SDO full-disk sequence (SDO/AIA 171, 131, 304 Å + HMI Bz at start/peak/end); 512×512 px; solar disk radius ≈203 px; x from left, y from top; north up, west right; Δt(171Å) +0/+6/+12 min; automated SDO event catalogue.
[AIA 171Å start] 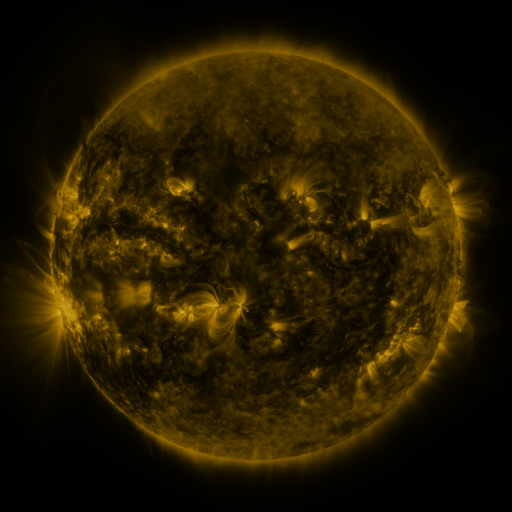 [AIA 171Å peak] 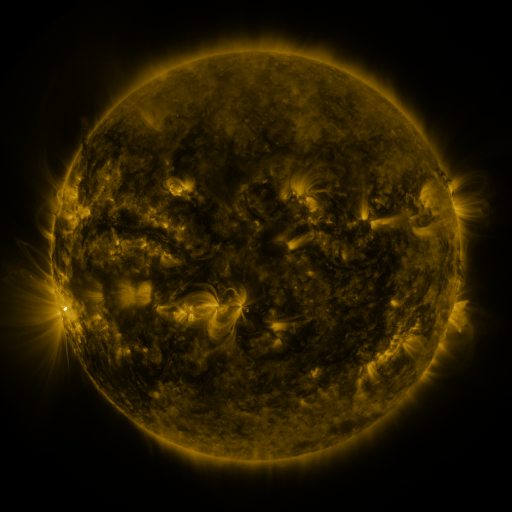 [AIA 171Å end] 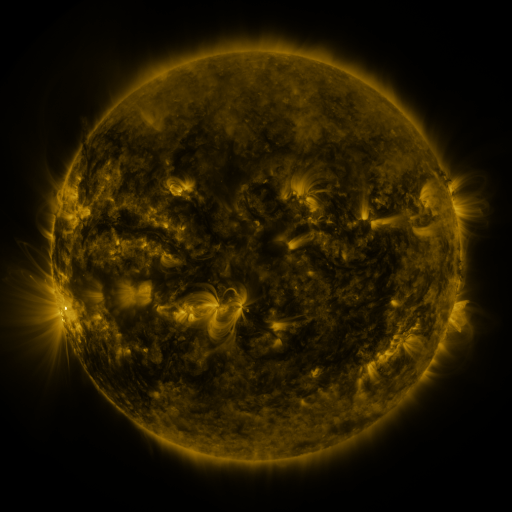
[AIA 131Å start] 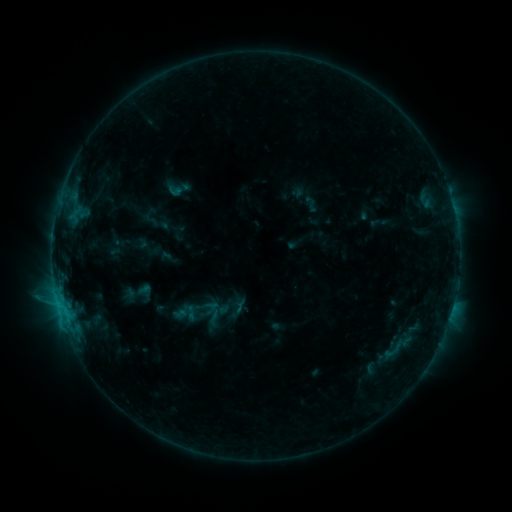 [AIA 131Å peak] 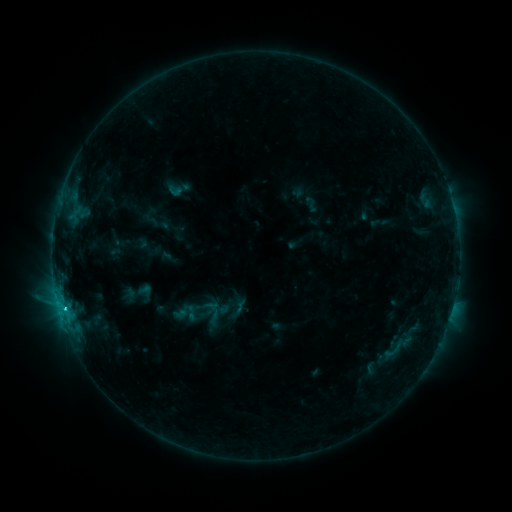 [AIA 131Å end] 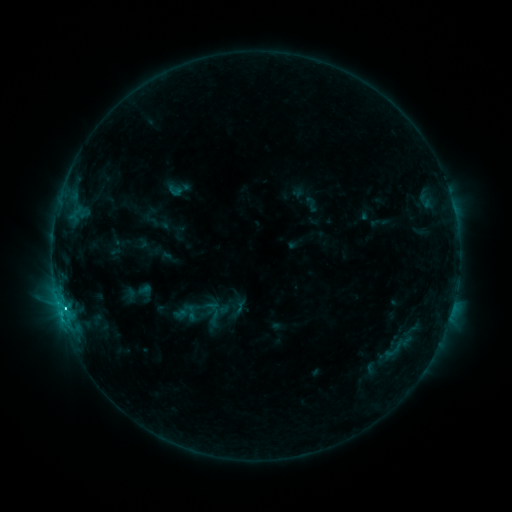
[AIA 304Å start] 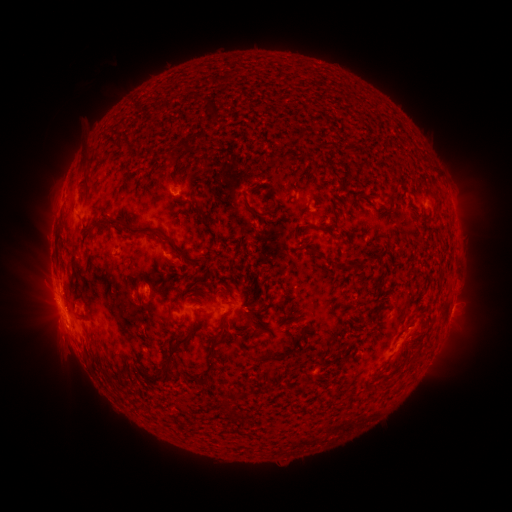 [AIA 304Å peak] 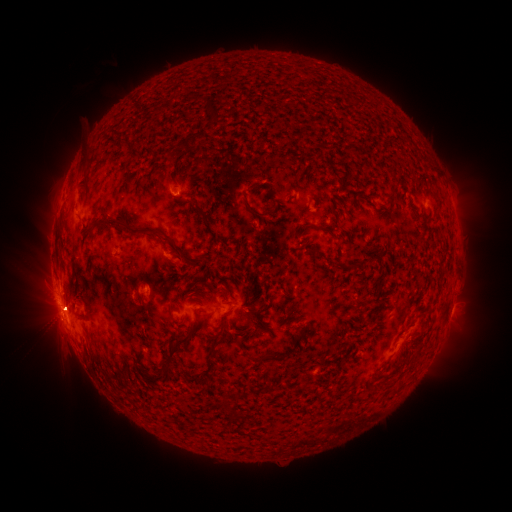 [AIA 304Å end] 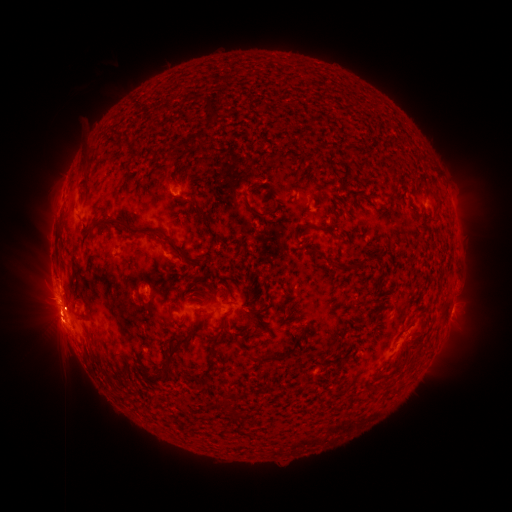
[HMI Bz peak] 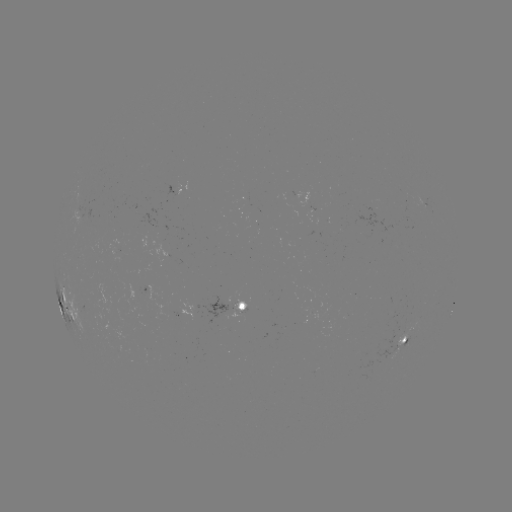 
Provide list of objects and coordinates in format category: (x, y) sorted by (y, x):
C6.7 flare: (64, 306)
